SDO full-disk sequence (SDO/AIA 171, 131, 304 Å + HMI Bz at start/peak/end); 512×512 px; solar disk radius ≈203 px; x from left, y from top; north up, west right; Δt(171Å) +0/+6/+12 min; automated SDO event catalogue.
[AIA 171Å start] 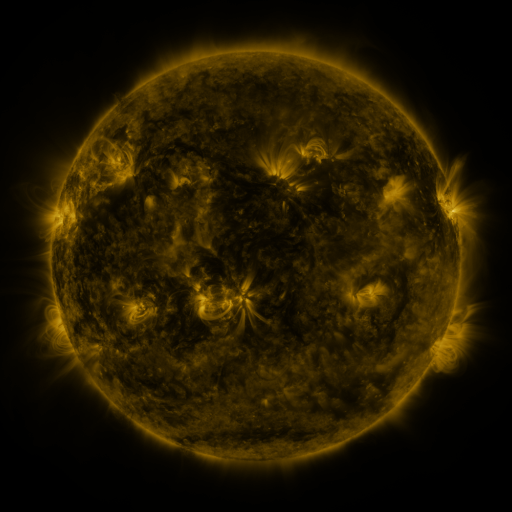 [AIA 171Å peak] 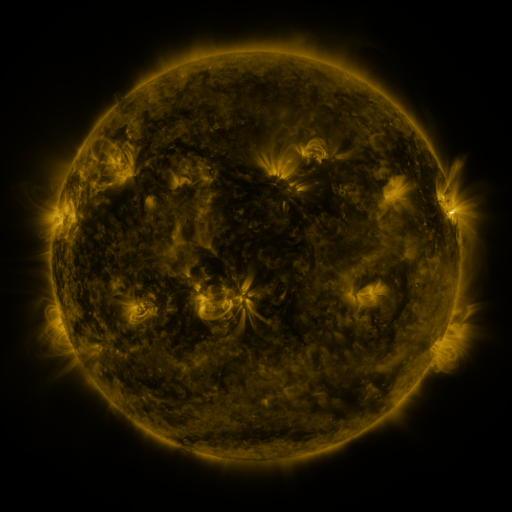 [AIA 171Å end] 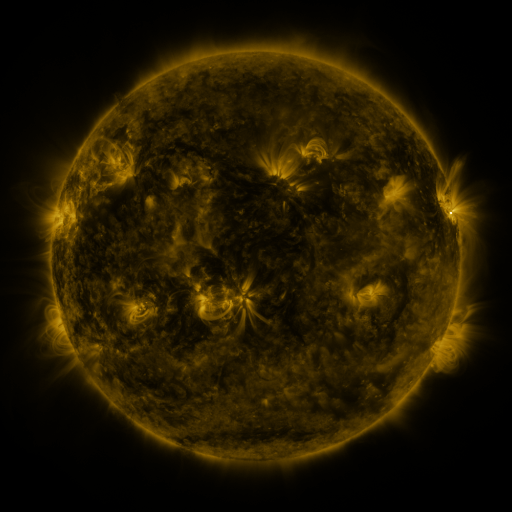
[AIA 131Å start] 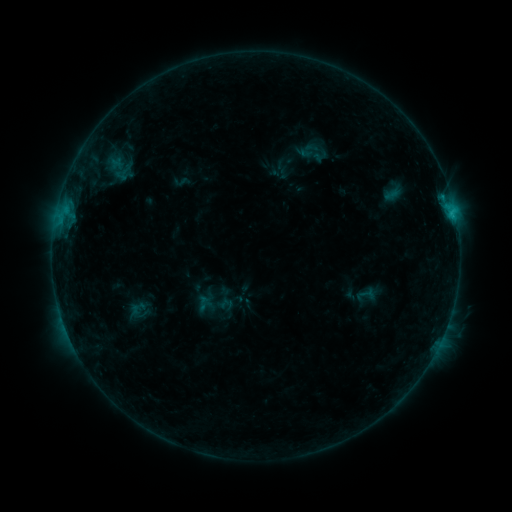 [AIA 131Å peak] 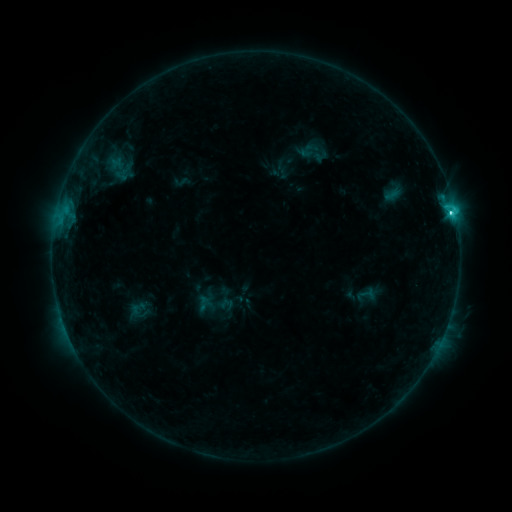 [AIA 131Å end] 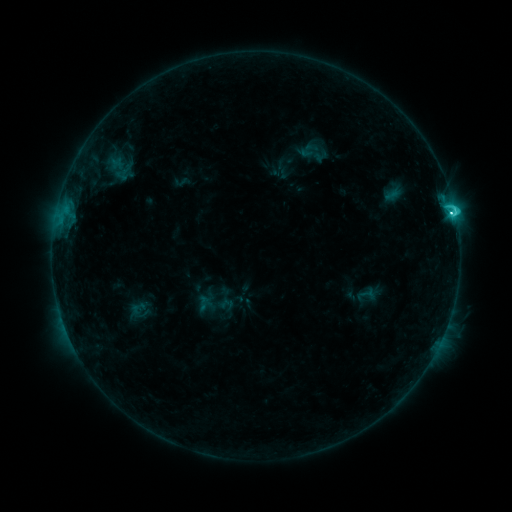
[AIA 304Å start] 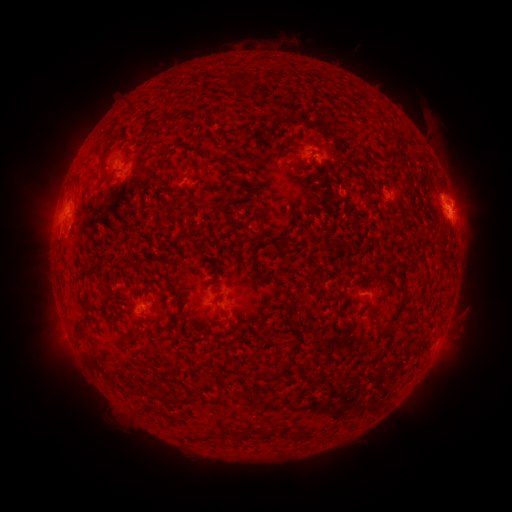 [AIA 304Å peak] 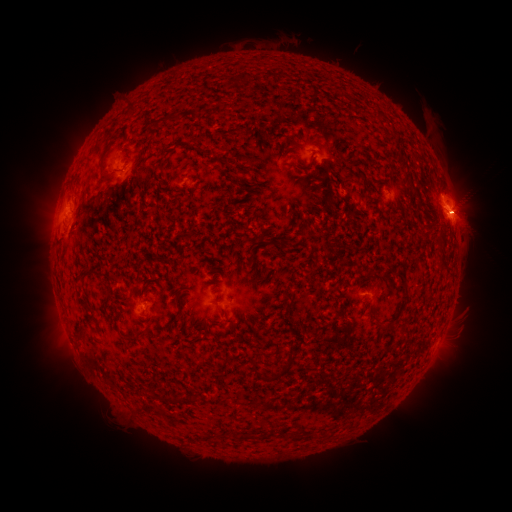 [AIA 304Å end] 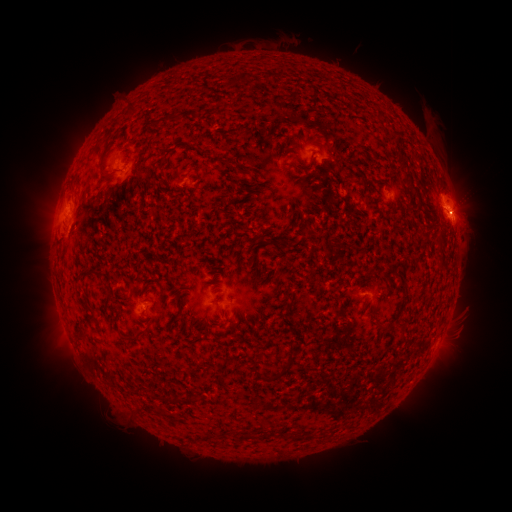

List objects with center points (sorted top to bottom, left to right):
C5.7 flare: (451, 213)
